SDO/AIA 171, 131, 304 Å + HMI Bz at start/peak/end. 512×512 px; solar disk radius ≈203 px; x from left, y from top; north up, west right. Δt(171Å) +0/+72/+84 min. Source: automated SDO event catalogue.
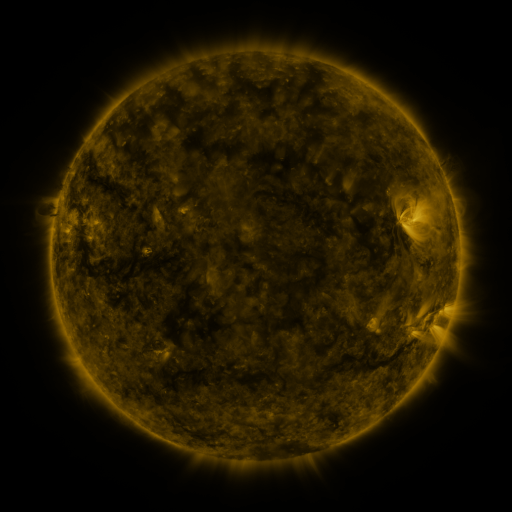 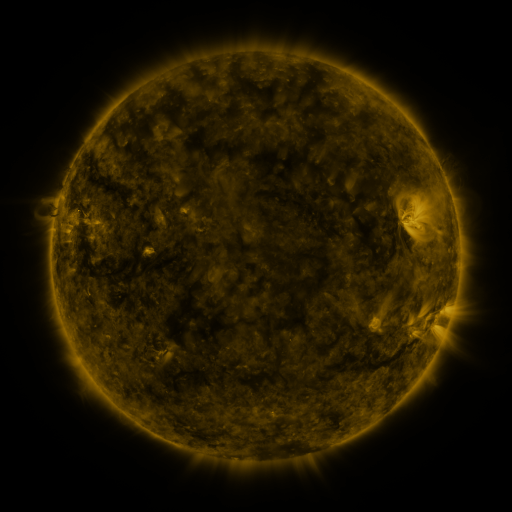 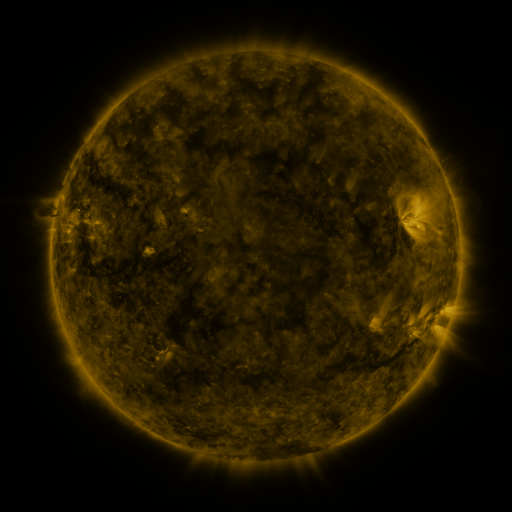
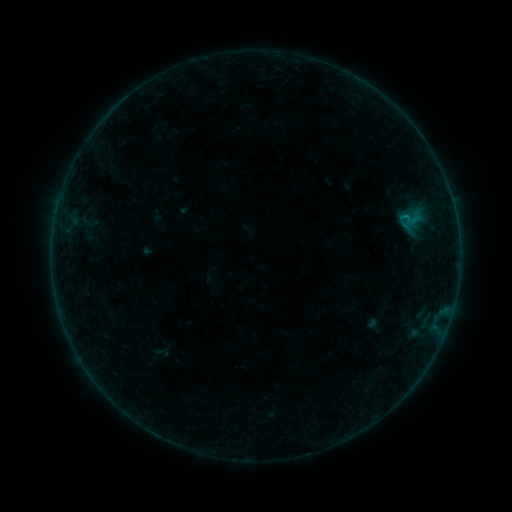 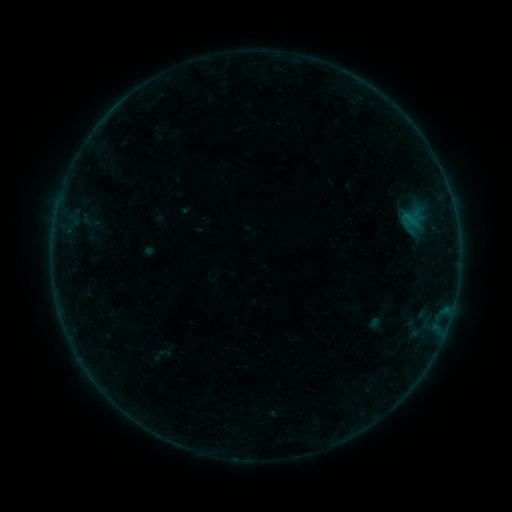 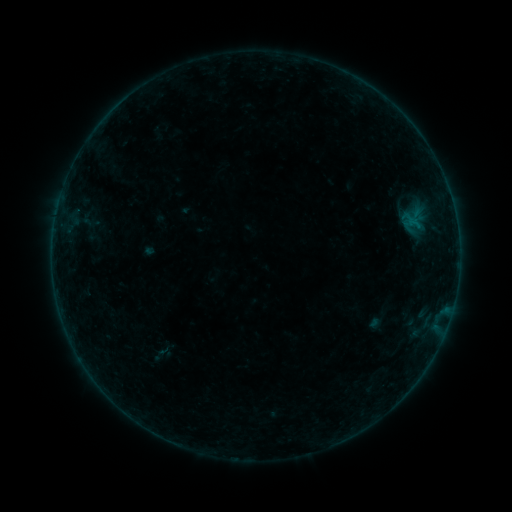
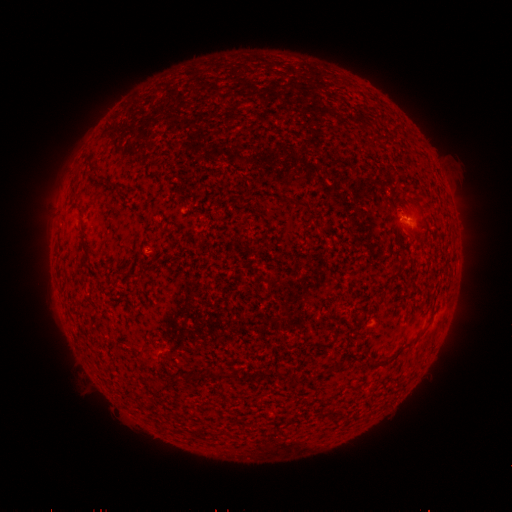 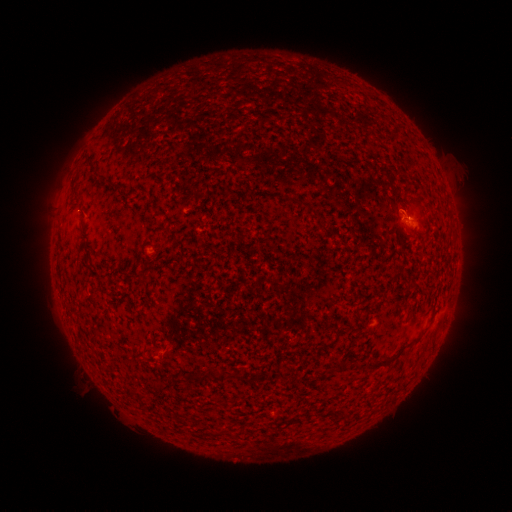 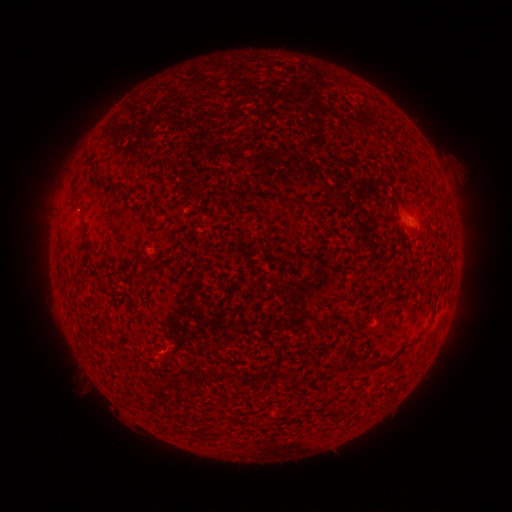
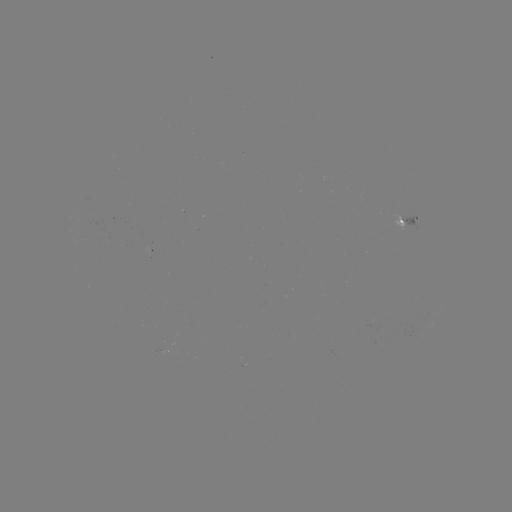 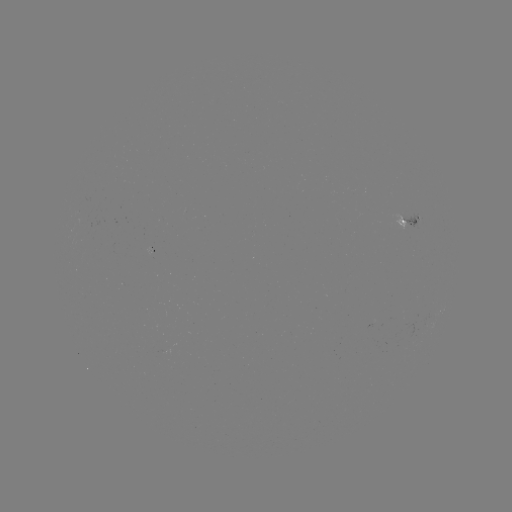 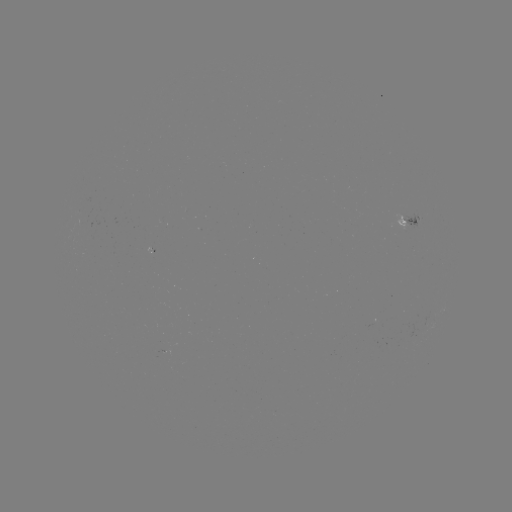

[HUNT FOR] emerging-flux region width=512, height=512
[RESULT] [402, 226]